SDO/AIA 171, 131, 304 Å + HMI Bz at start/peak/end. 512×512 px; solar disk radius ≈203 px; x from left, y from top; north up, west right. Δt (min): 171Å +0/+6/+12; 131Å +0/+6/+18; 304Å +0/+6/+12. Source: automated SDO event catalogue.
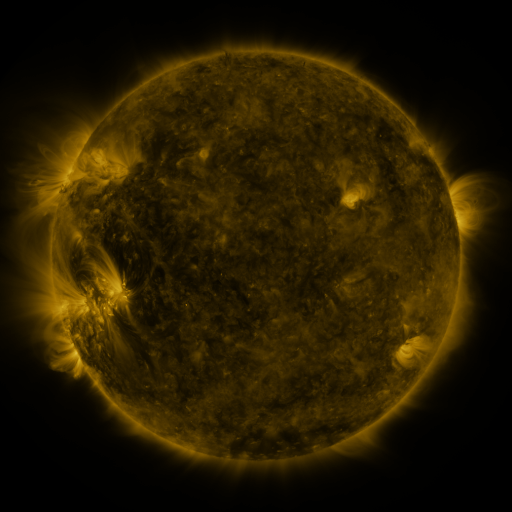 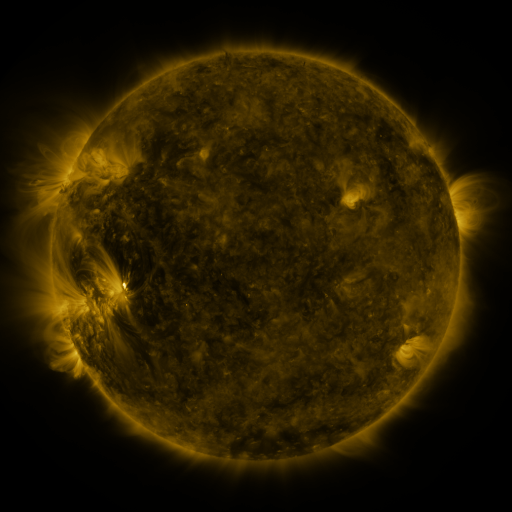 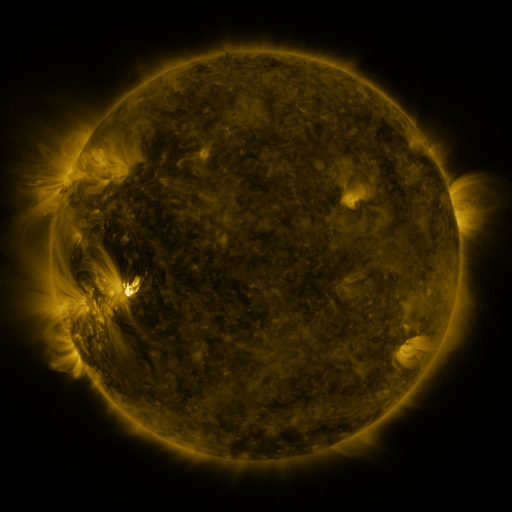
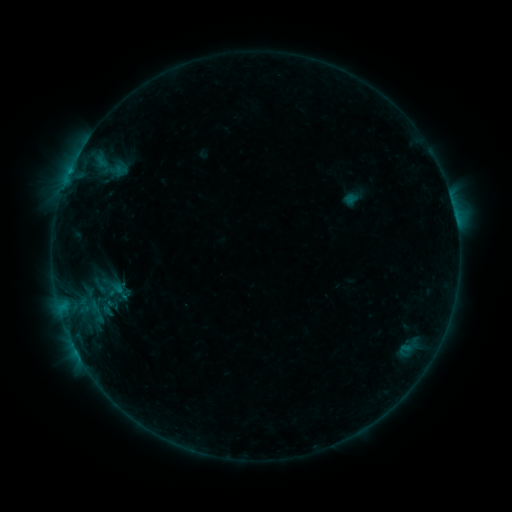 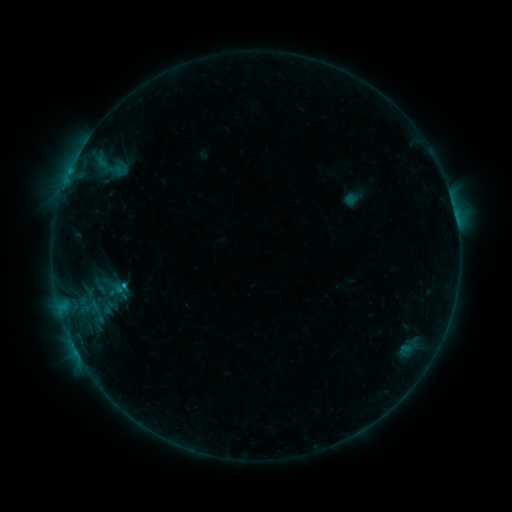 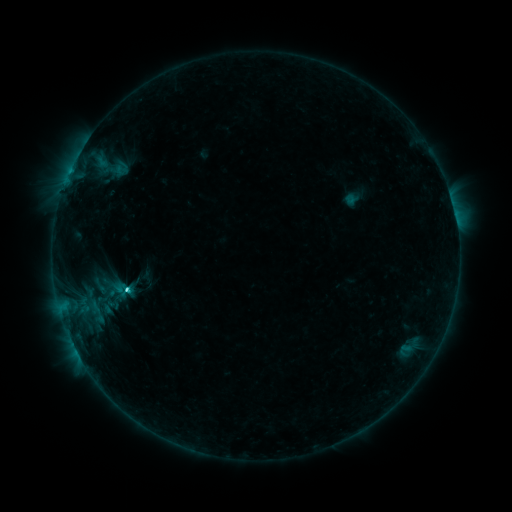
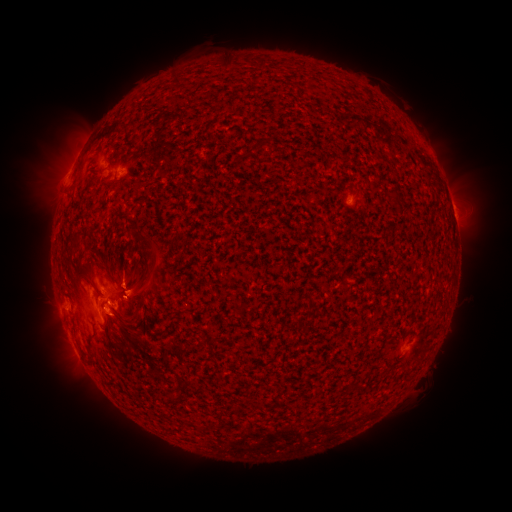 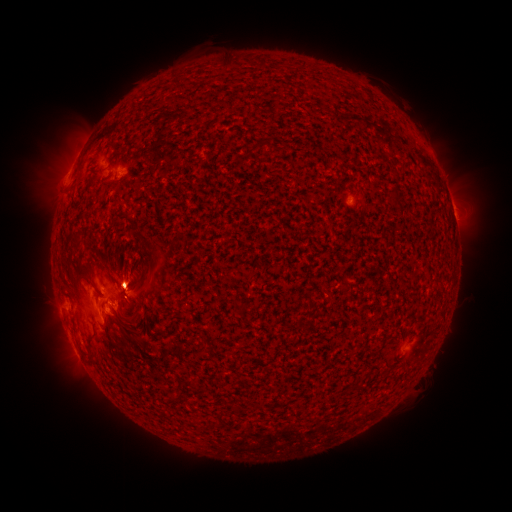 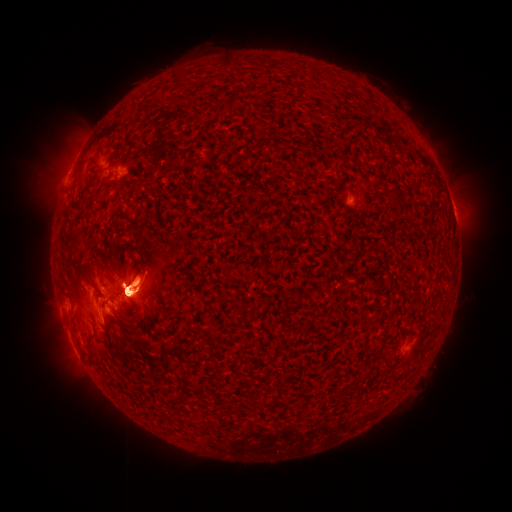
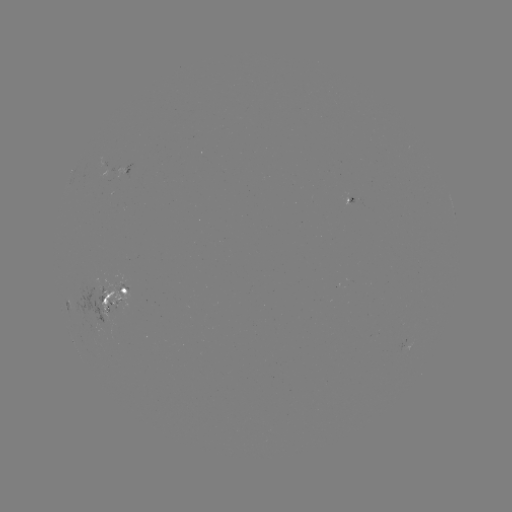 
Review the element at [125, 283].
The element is B6.6 flare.